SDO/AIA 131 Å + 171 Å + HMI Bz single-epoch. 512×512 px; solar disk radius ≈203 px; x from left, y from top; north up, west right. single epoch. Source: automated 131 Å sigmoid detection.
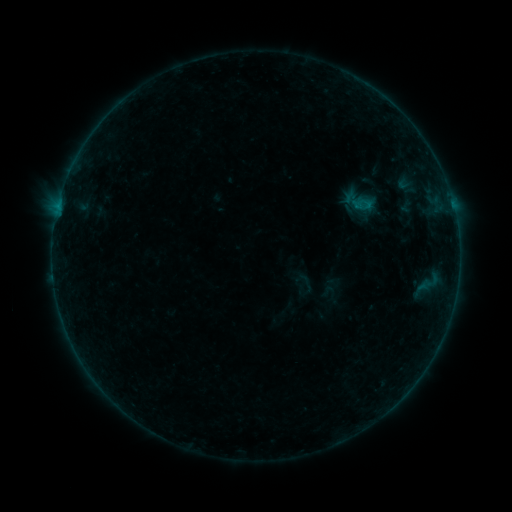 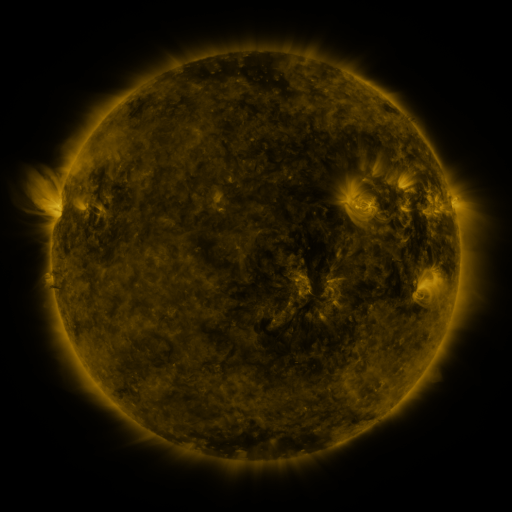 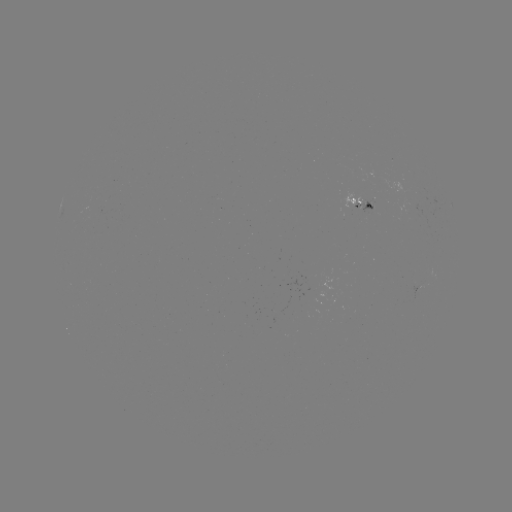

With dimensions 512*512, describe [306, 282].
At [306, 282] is sigmoid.